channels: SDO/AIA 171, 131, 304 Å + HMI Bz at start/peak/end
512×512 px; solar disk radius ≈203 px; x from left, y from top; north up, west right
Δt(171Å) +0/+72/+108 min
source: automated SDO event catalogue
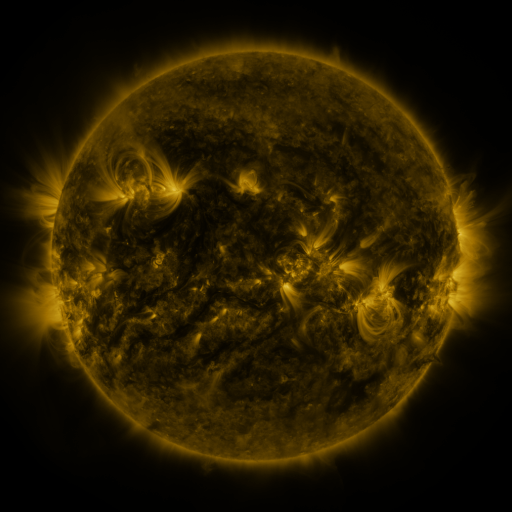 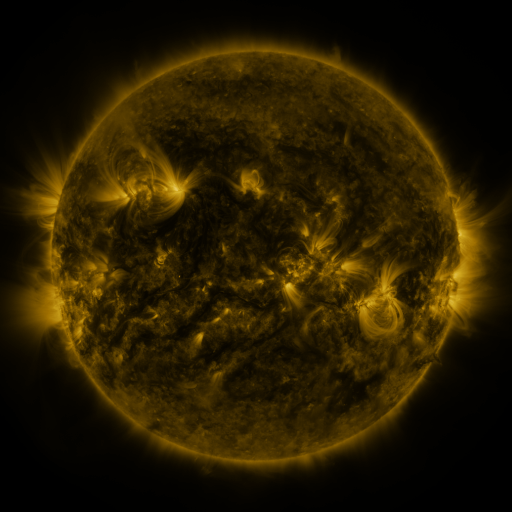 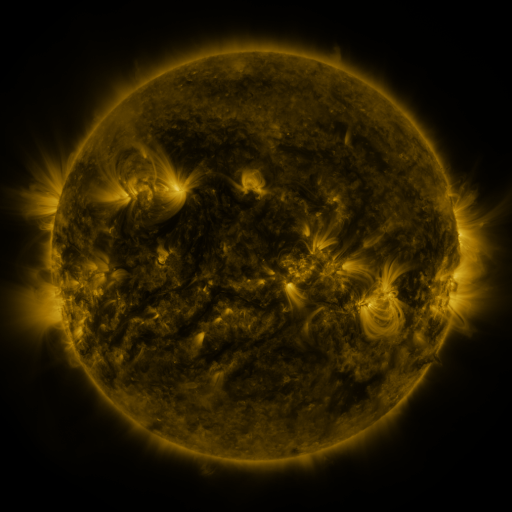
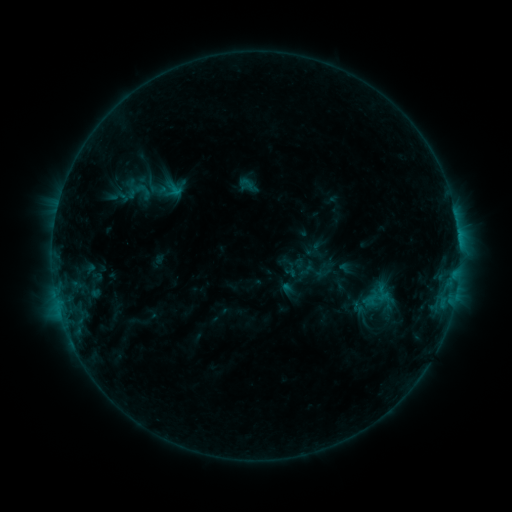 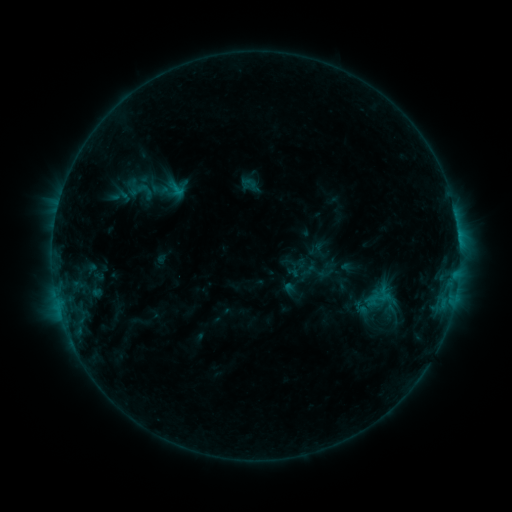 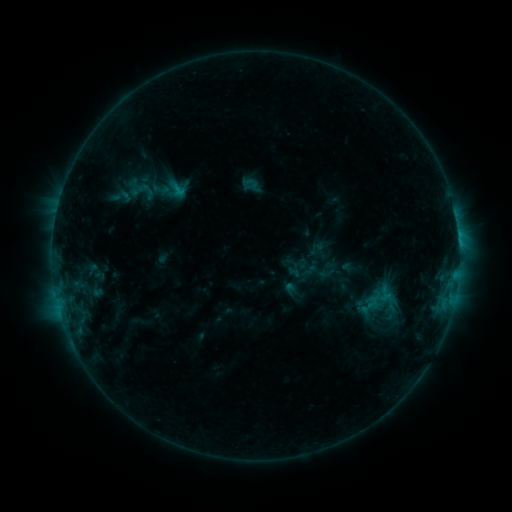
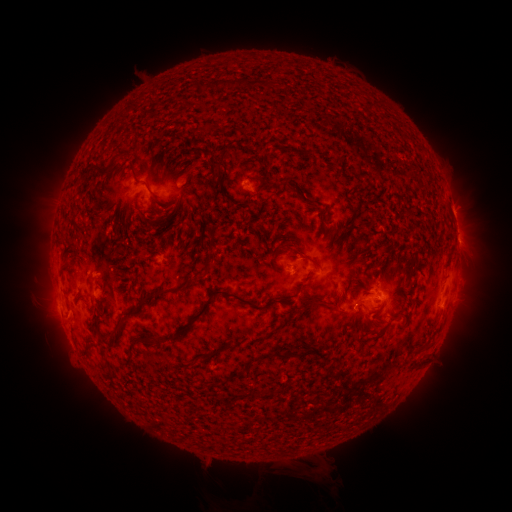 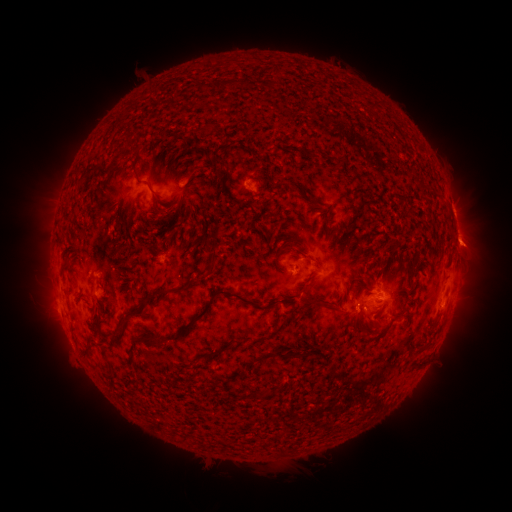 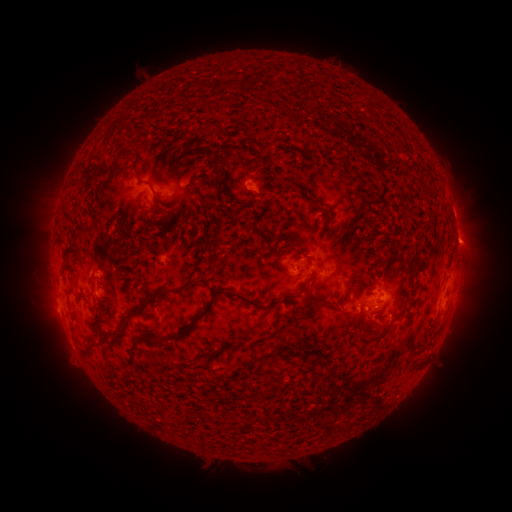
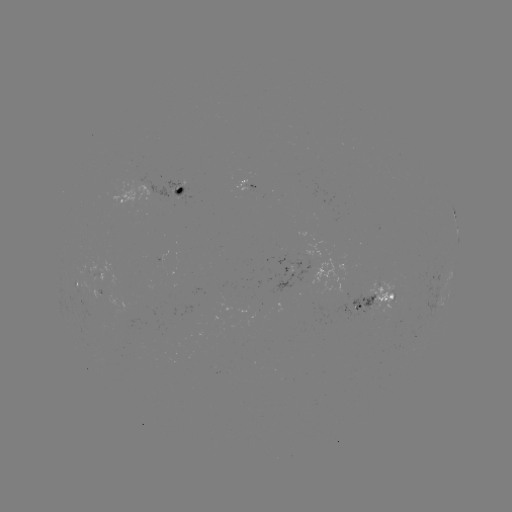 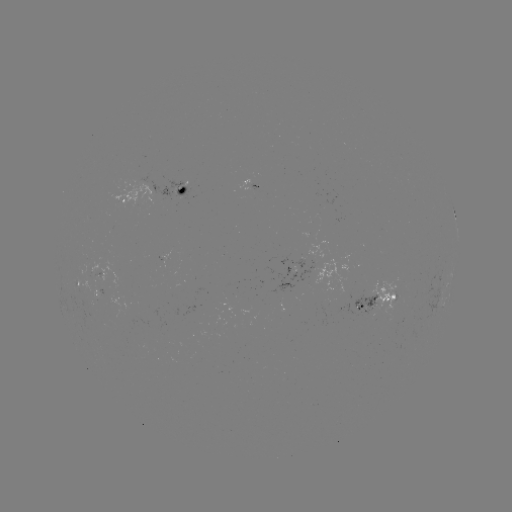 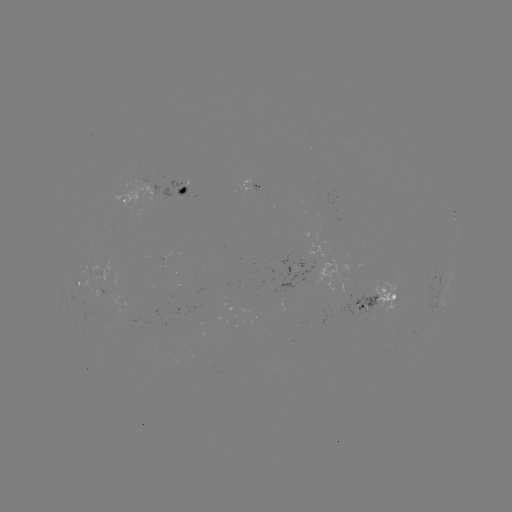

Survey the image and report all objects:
emerging-flux region: (365, 305)
